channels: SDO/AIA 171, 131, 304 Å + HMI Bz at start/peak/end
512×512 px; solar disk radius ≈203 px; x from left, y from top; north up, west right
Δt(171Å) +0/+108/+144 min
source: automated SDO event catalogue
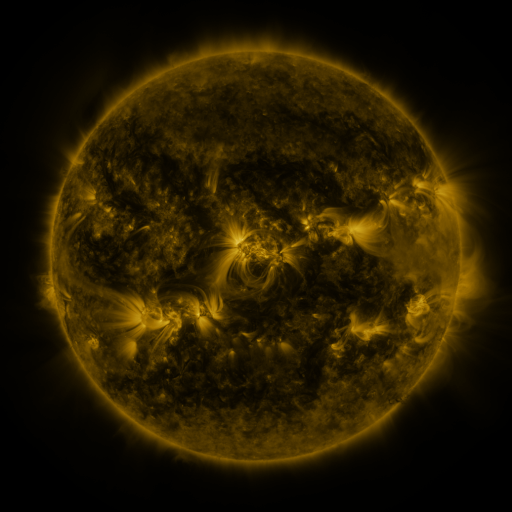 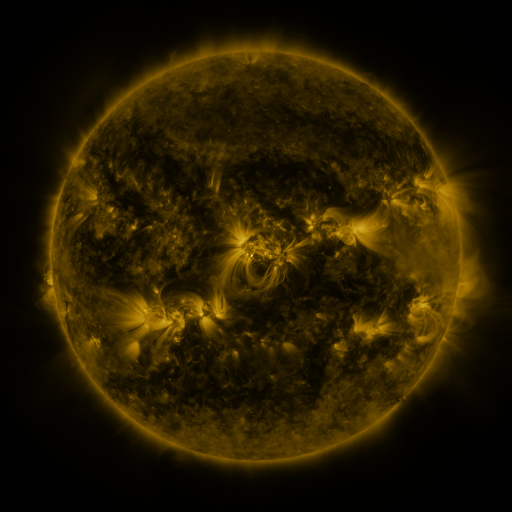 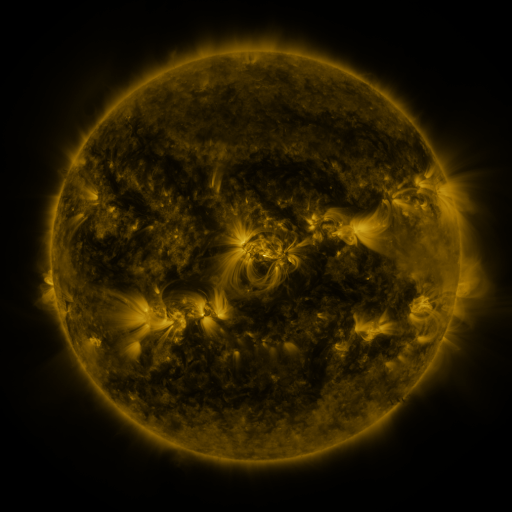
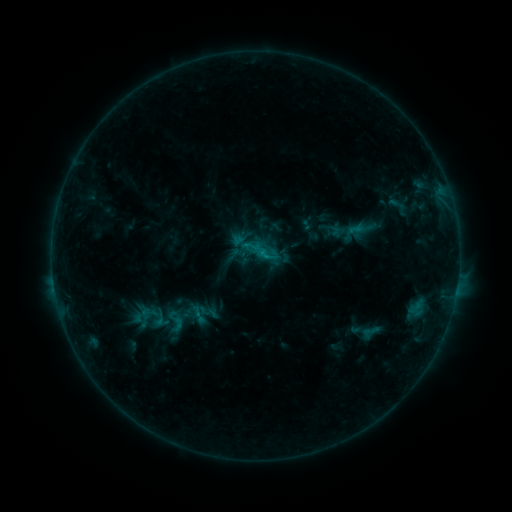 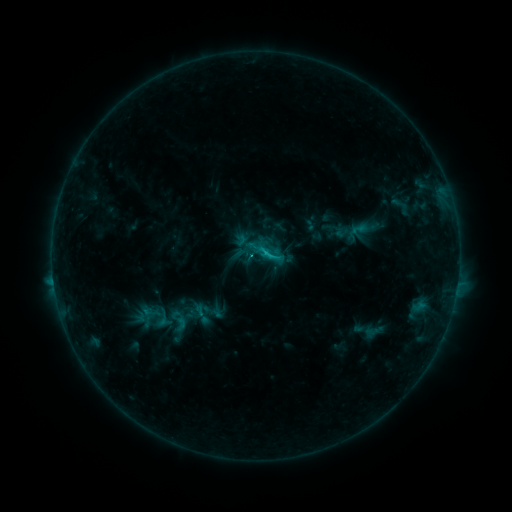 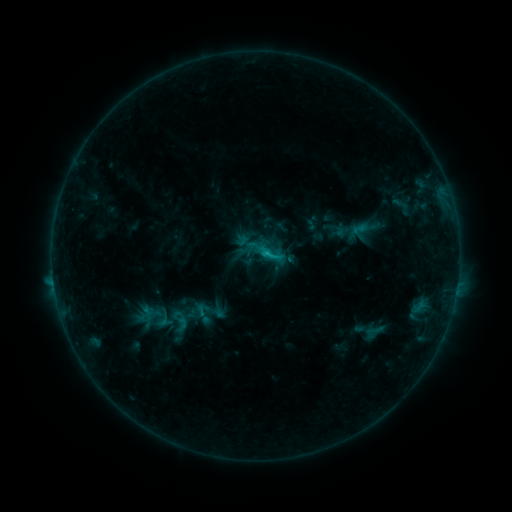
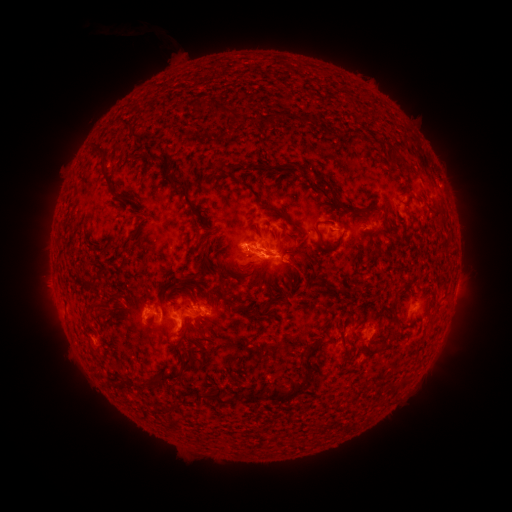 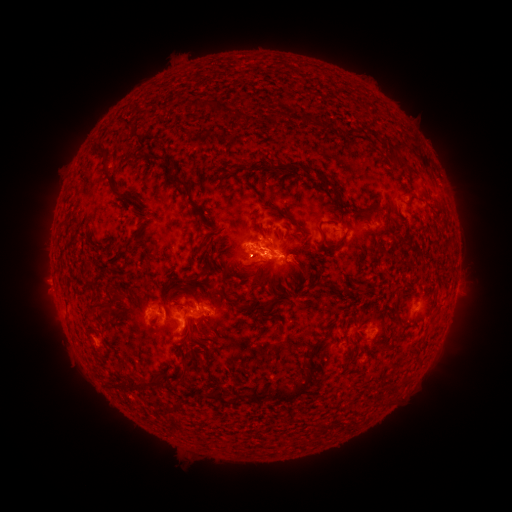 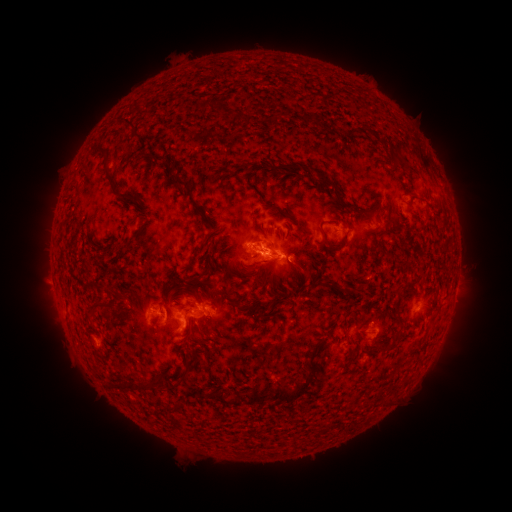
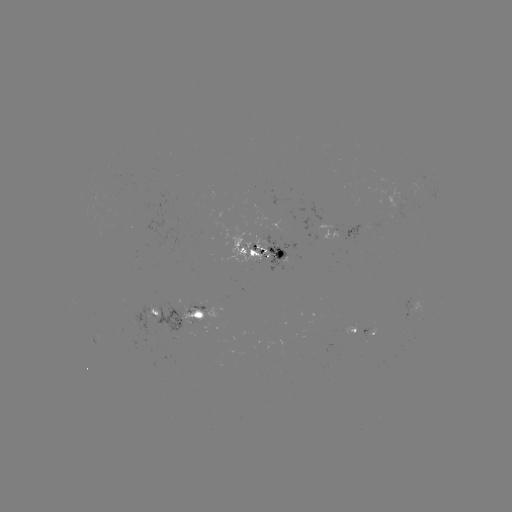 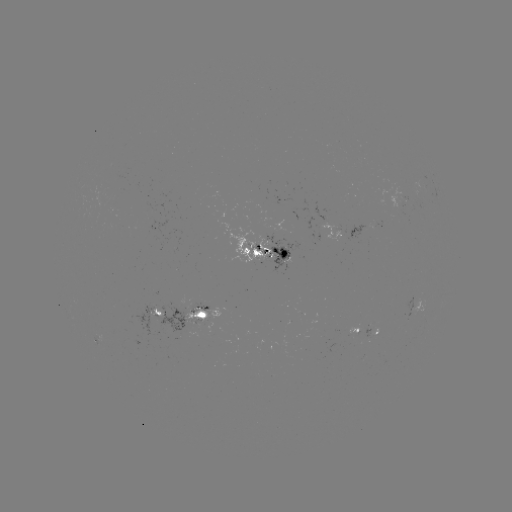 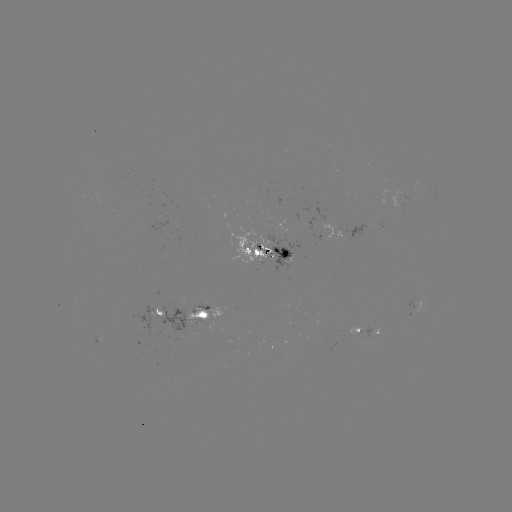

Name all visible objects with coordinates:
emerging-flux region: (371, 335)
